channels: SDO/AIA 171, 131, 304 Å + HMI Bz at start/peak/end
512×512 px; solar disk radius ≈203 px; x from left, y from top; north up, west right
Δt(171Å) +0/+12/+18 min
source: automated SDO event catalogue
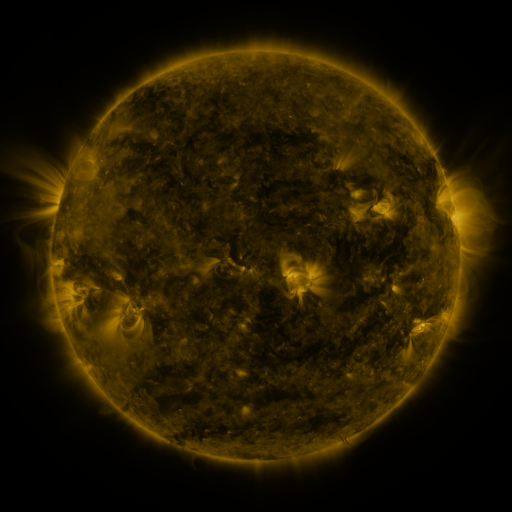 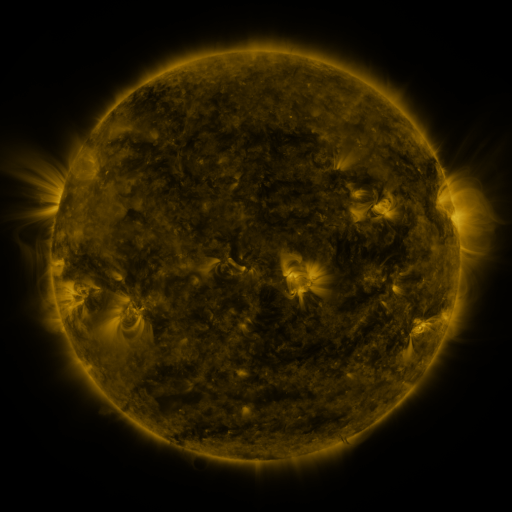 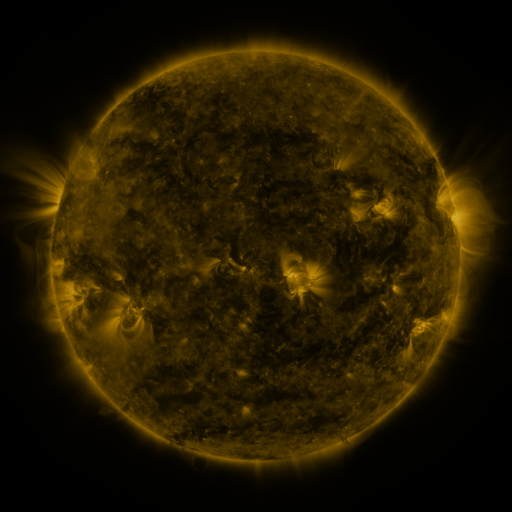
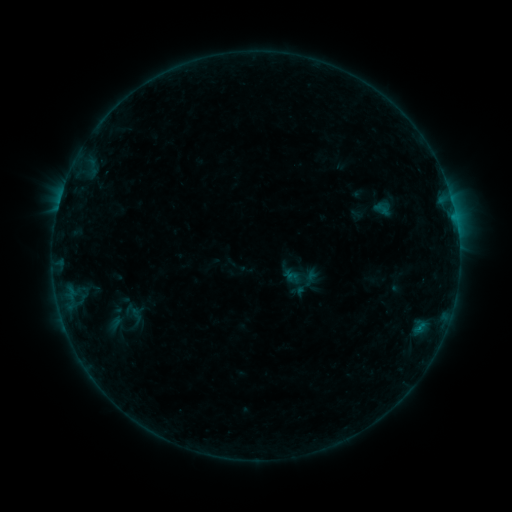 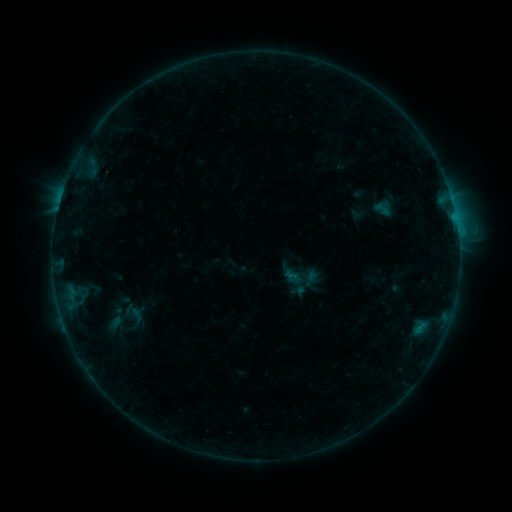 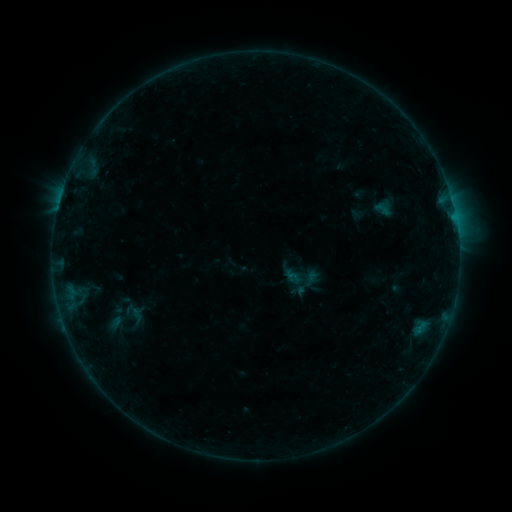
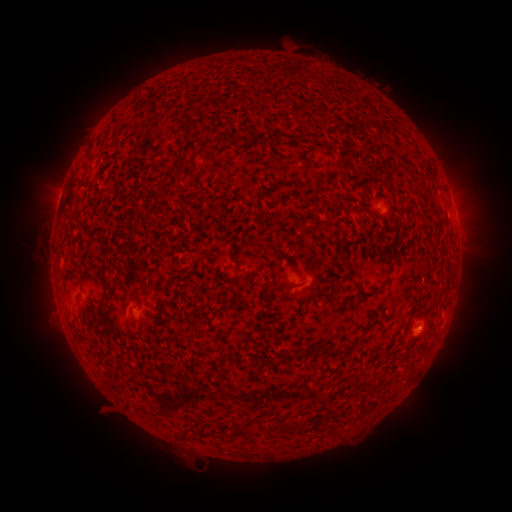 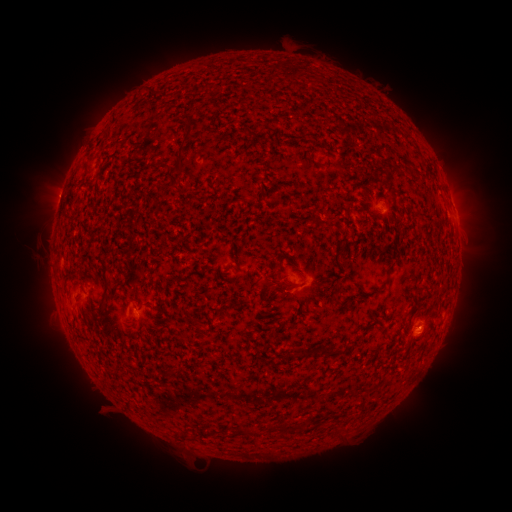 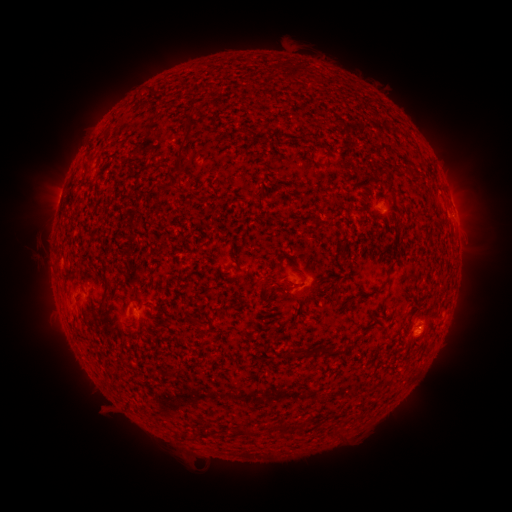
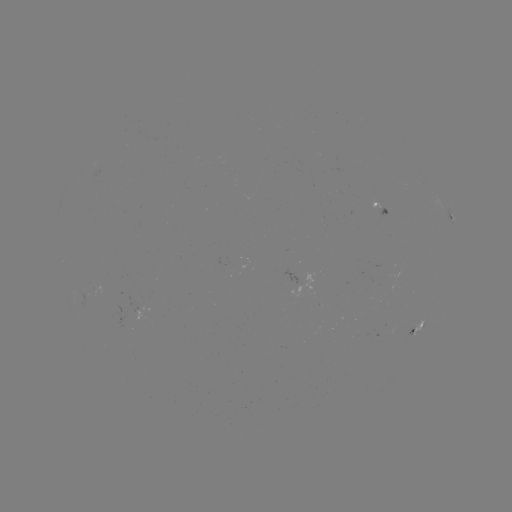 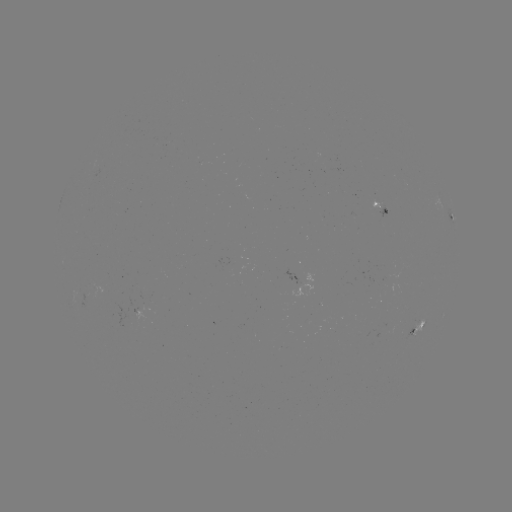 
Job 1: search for B5.5 flare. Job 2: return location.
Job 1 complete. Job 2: (457, 234).